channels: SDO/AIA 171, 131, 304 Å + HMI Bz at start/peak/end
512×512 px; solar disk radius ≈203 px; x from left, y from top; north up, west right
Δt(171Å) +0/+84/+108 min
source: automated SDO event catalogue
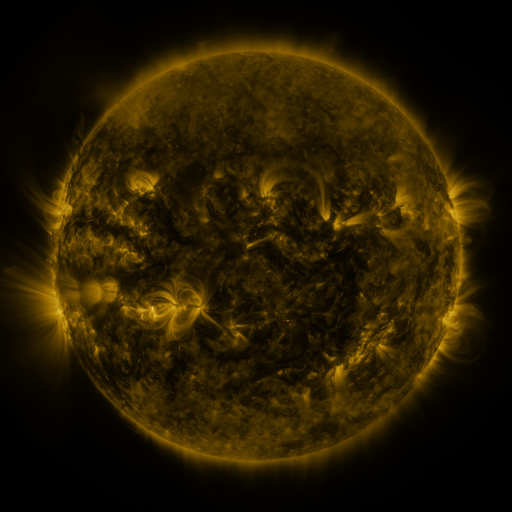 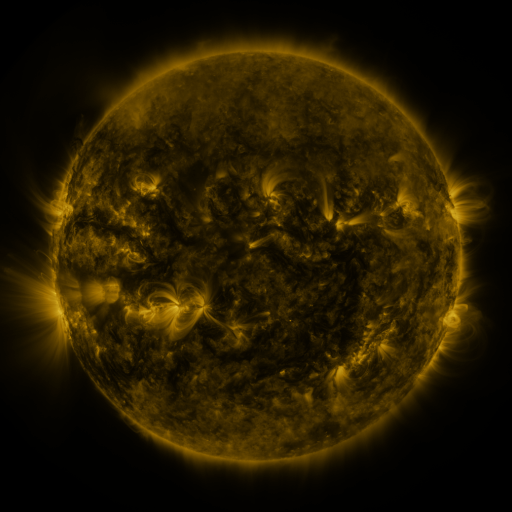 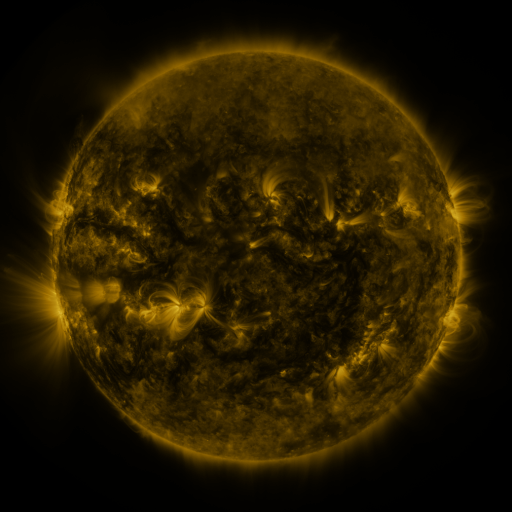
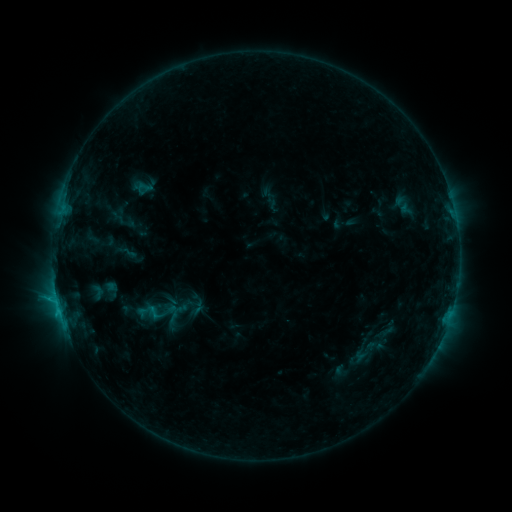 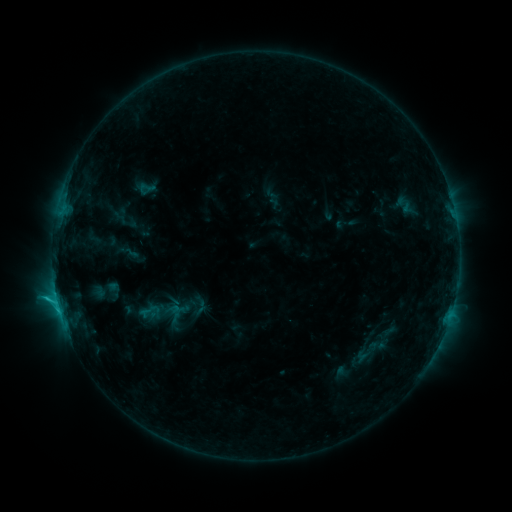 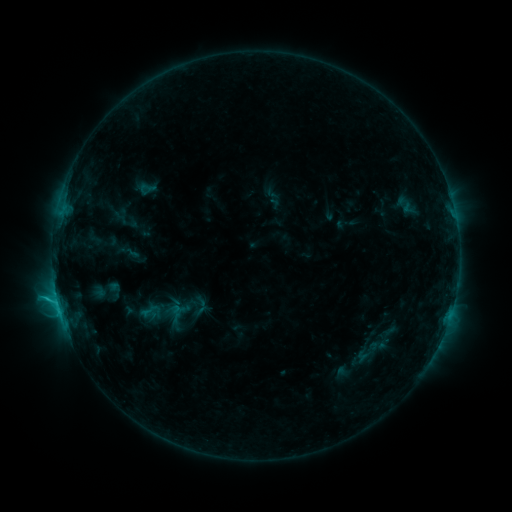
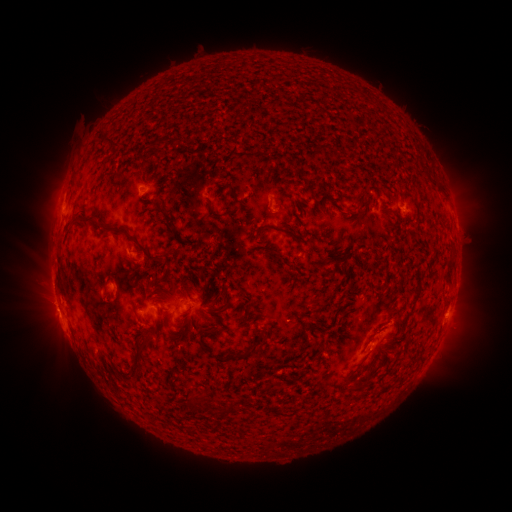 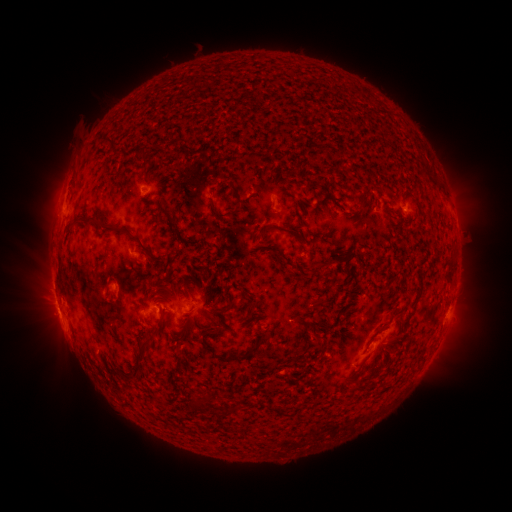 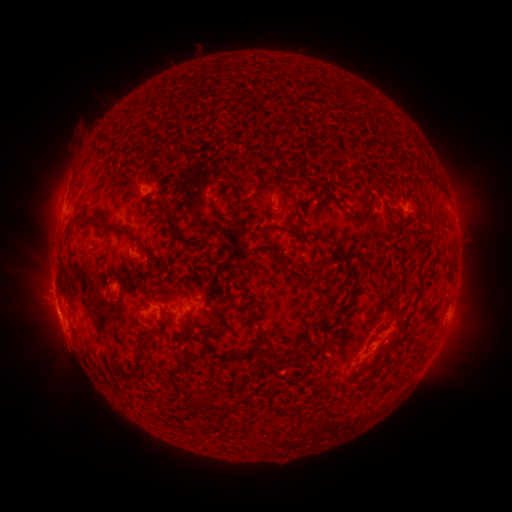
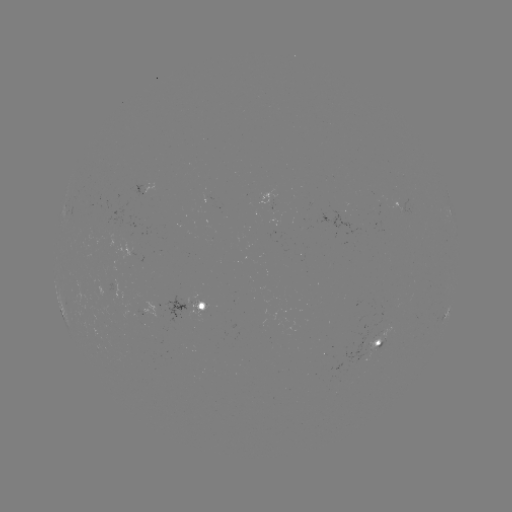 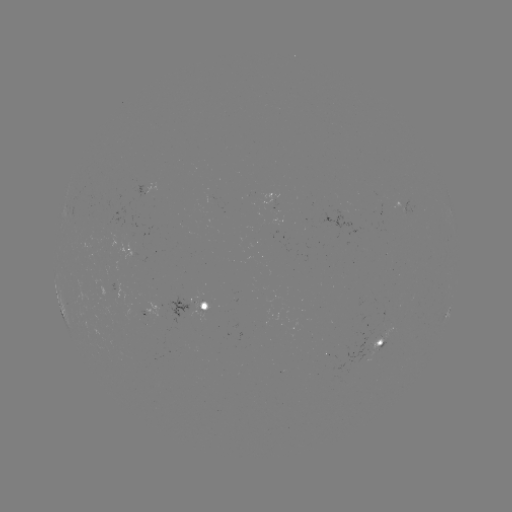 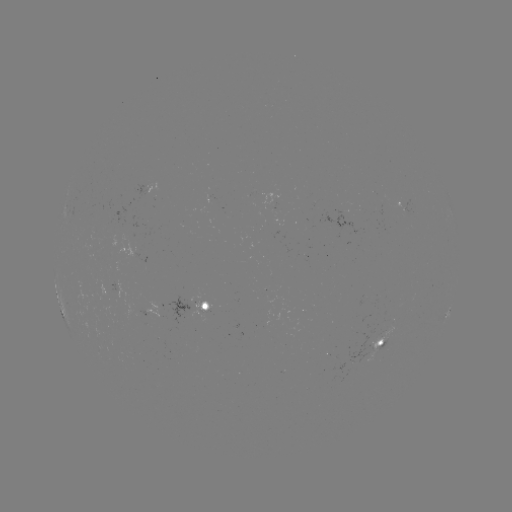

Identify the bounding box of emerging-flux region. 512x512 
[190, 301, 211, 322].